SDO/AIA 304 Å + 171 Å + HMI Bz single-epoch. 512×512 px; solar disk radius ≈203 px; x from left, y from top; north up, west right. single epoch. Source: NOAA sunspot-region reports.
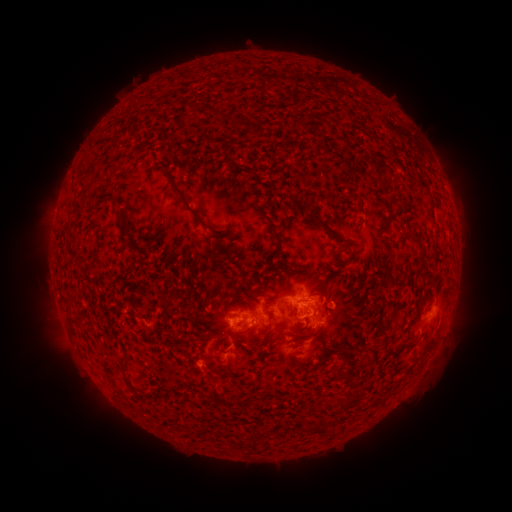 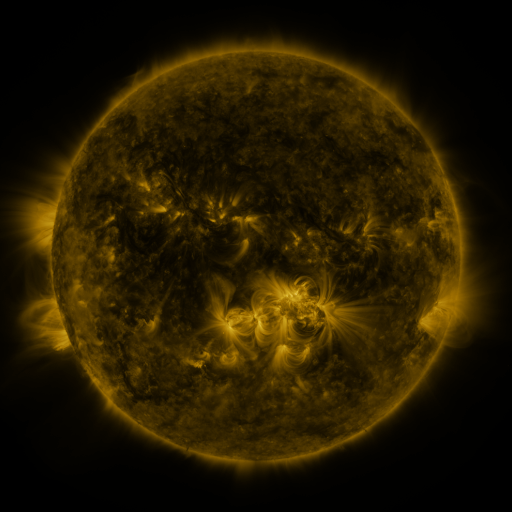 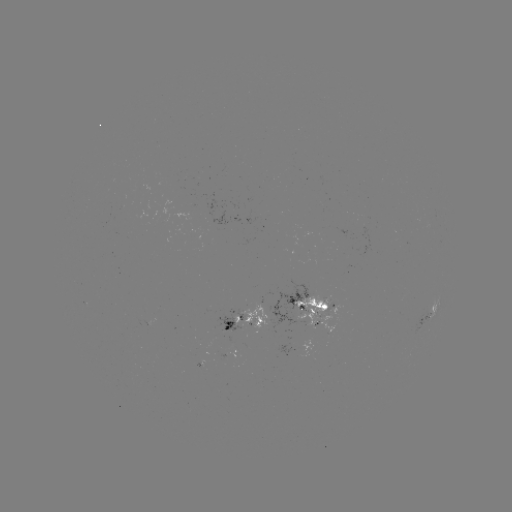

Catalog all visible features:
spotted active region: (311, 300)
spotted active region: (429, 314)
spotted active region: (245, 318)
spotted active region: (227, 353)
